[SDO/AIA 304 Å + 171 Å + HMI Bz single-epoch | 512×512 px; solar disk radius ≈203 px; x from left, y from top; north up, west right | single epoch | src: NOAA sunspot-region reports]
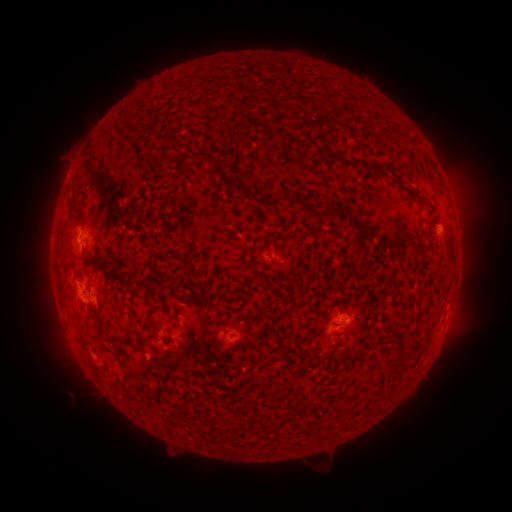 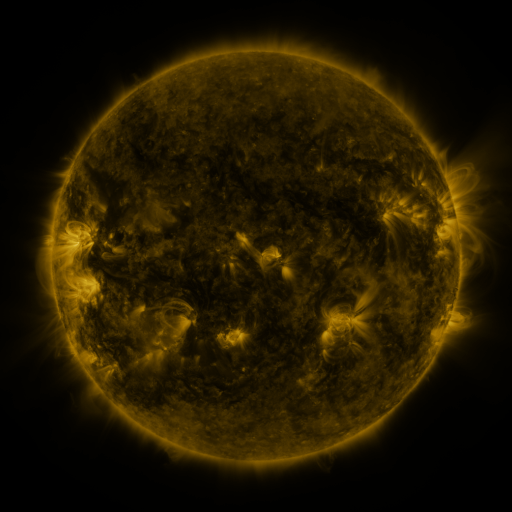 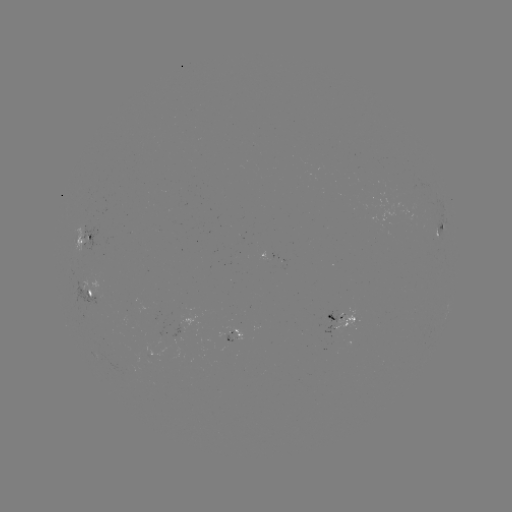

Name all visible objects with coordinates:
spotted active region: (441, 233)
spotted active region: (88, 244)
spotted active region: (92, 297)
spotted active region: (343, 322)
